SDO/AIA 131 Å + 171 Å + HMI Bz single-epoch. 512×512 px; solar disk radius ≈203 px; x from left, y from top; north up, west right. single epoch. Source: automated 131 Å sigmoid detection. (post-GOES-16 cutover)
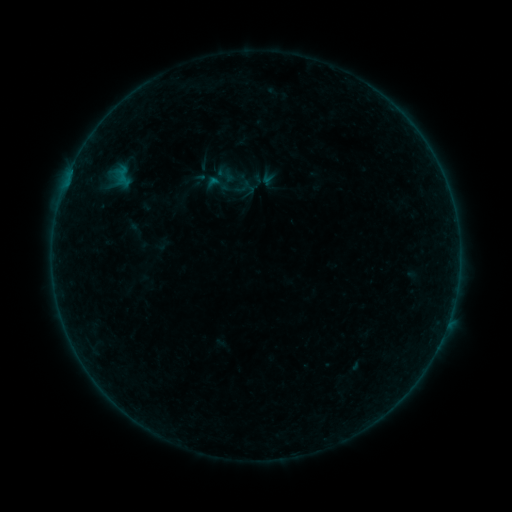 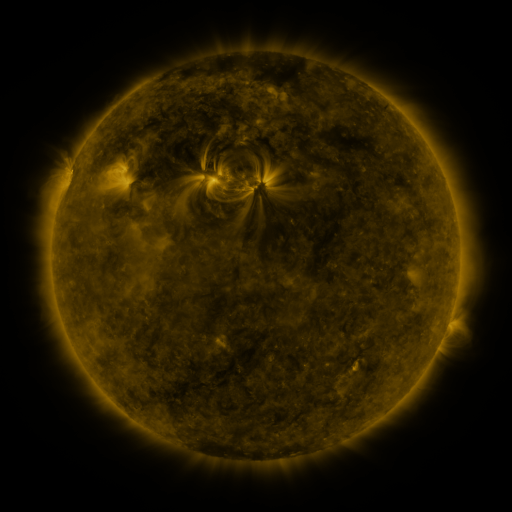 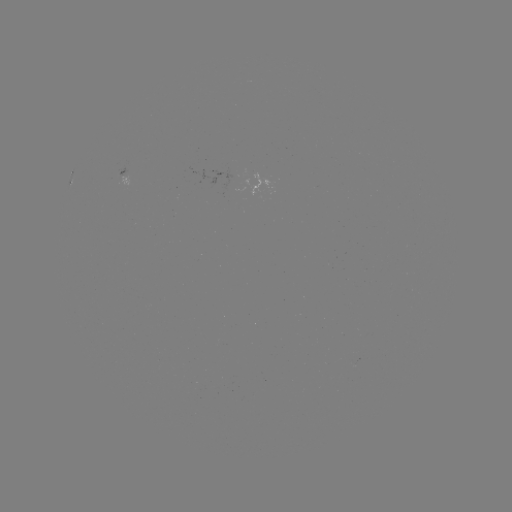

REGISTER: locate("sigmoid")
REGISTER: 217,184